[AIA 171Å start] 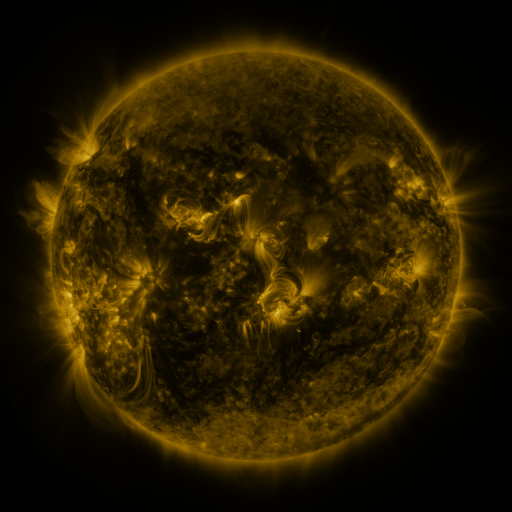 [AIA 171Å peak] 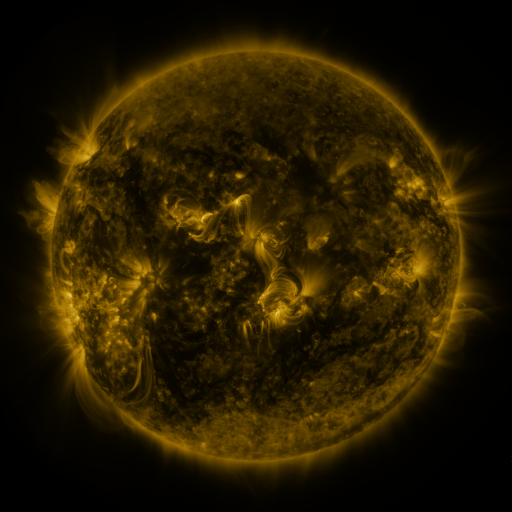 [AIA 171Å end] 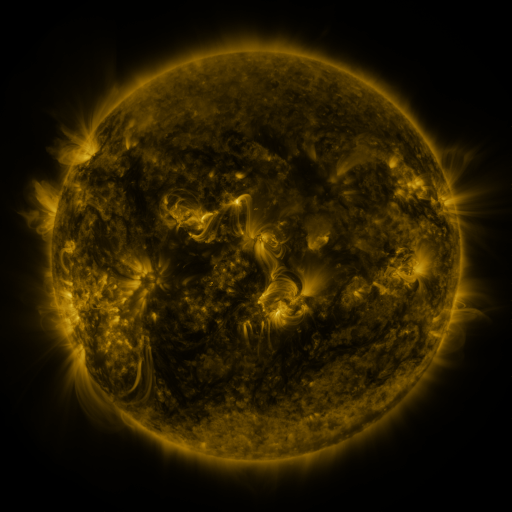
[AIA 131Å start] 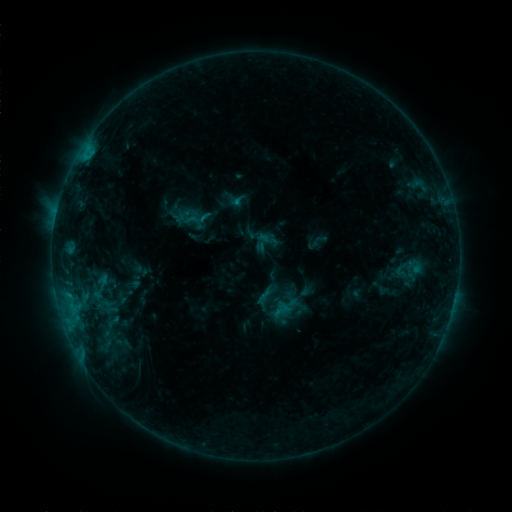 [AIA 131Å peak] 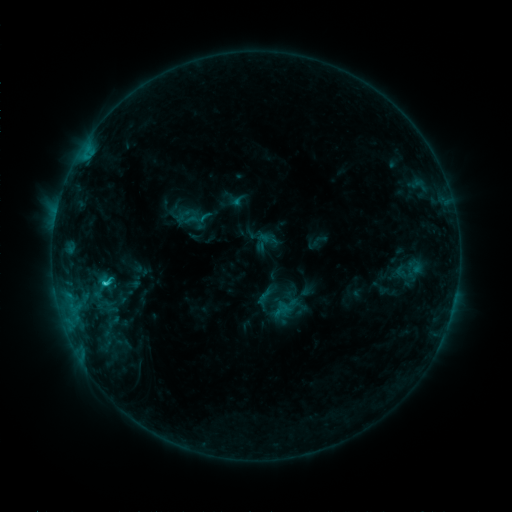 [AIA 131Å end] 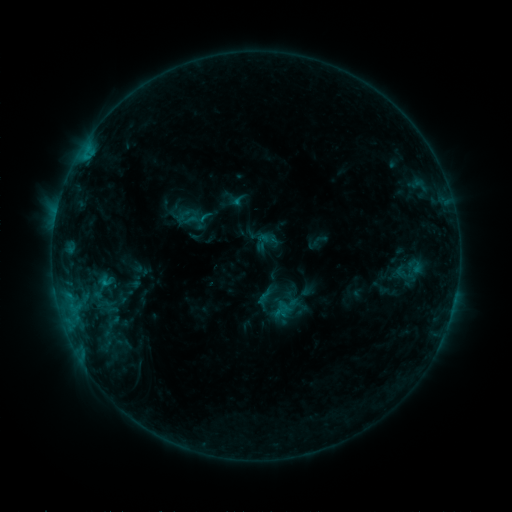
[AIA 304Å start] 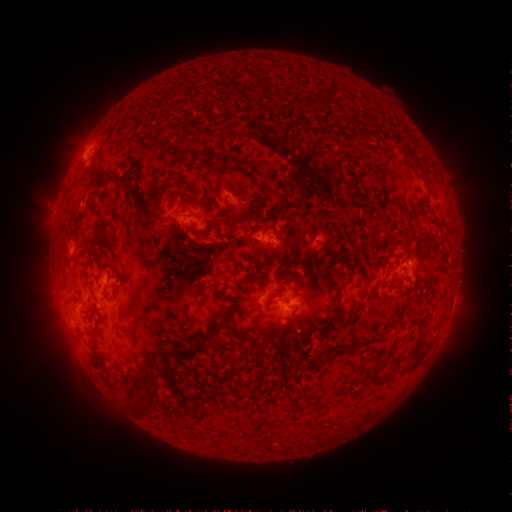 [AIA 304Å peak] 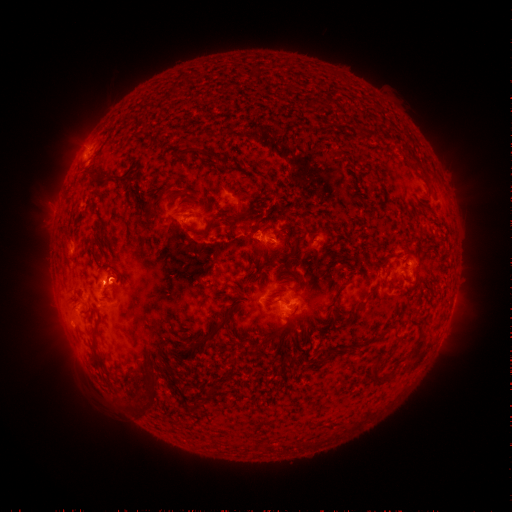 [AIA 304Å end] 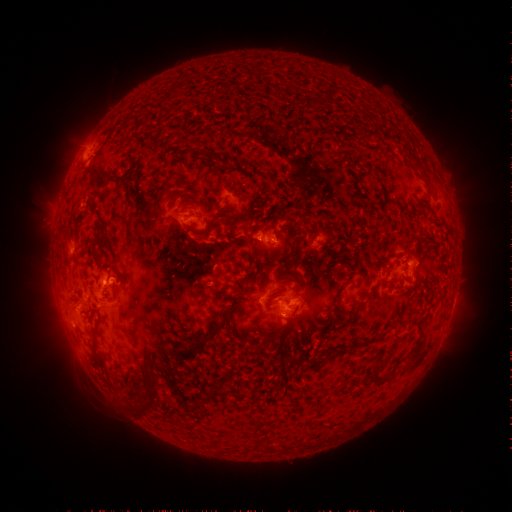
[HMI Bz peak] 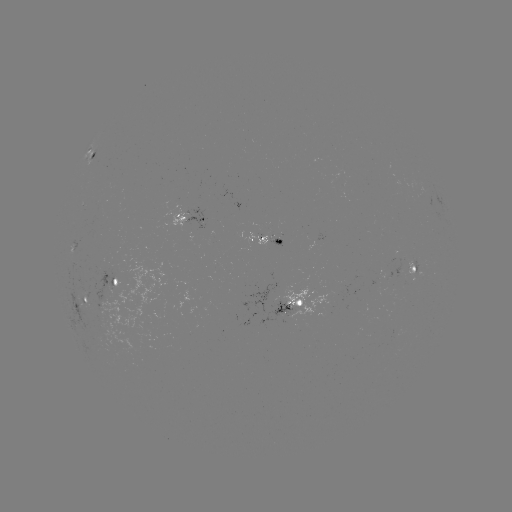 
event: flare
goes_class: C1.5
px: (106, 283)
